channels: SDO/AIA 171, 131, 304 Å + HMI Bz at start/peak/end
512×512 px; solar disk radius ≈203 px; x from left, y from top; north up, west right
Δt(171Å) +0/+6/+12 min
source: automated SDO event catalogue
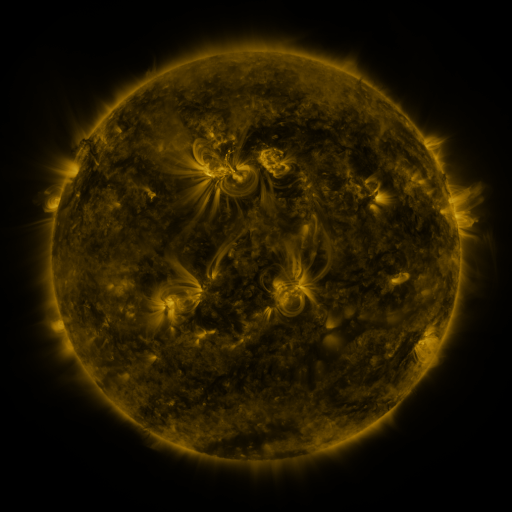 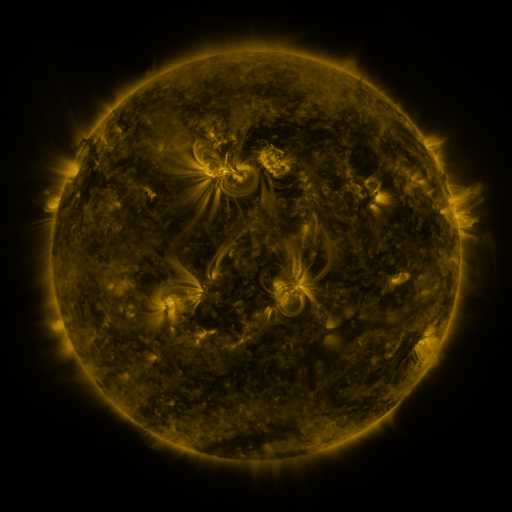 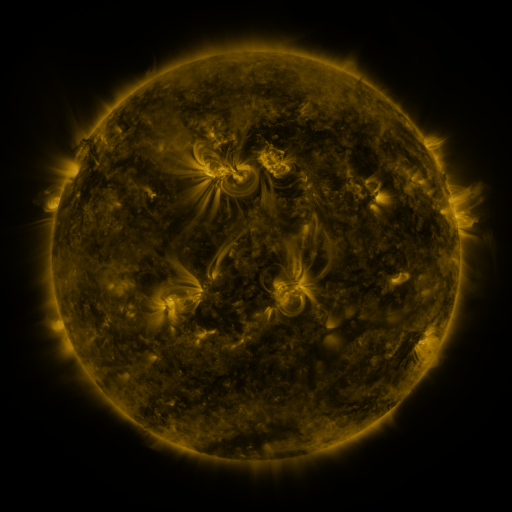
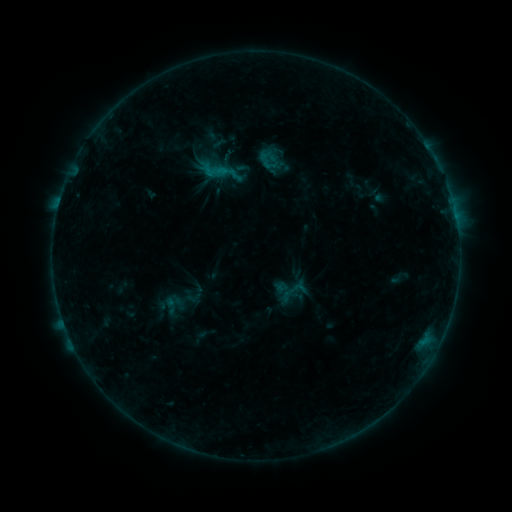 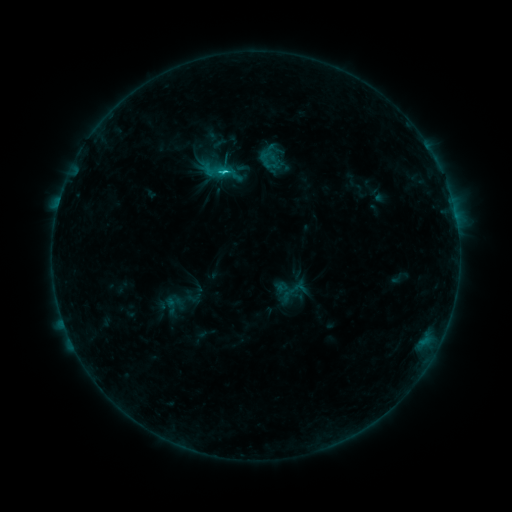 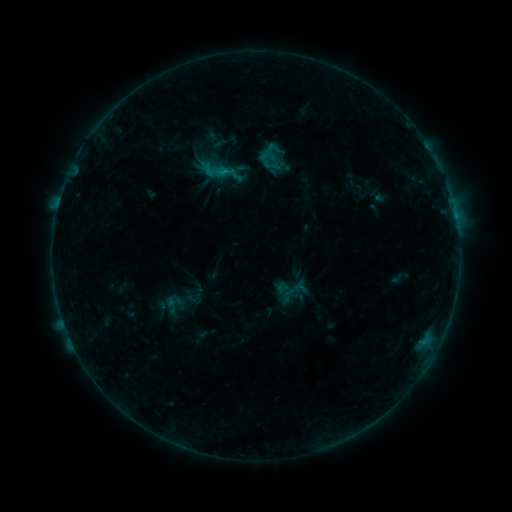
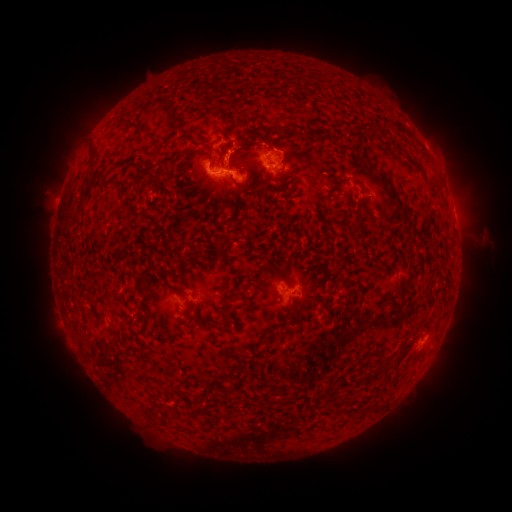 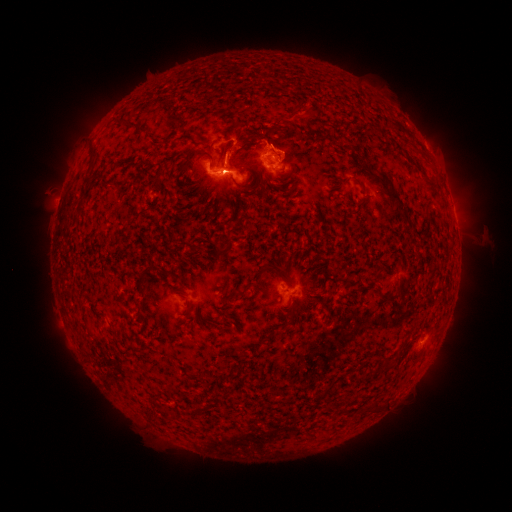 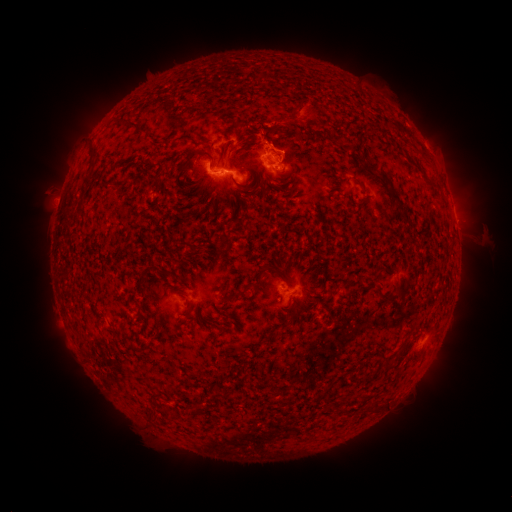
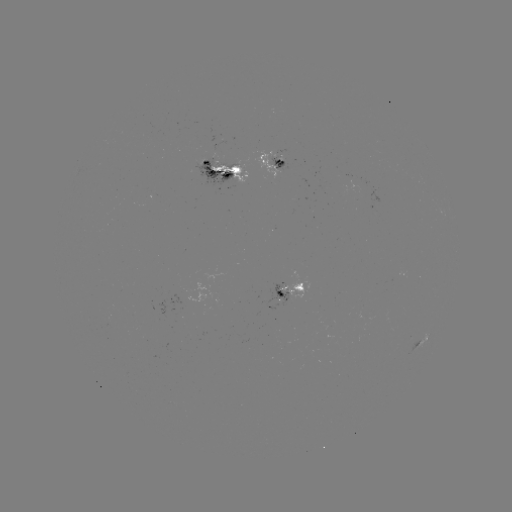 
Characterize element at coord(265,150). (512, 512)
C1.7 flare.